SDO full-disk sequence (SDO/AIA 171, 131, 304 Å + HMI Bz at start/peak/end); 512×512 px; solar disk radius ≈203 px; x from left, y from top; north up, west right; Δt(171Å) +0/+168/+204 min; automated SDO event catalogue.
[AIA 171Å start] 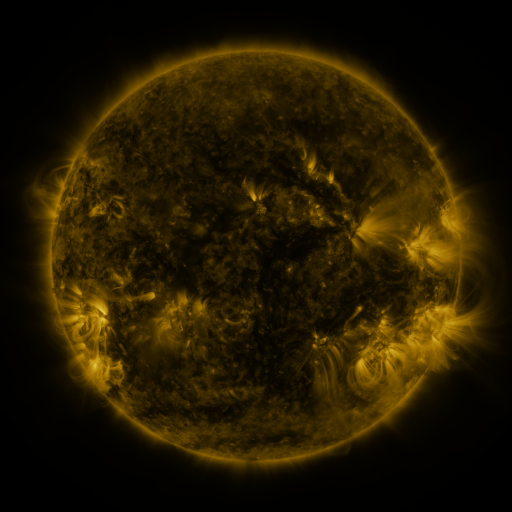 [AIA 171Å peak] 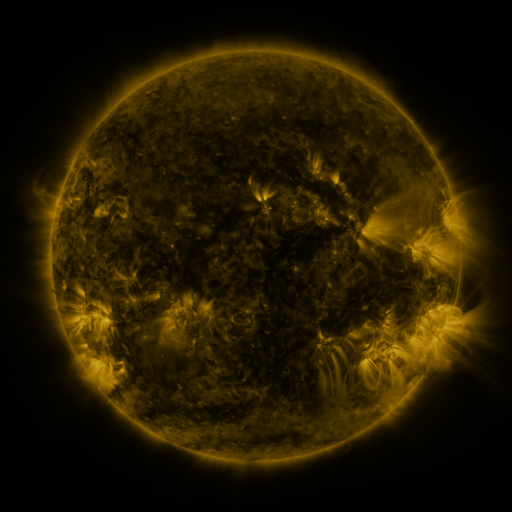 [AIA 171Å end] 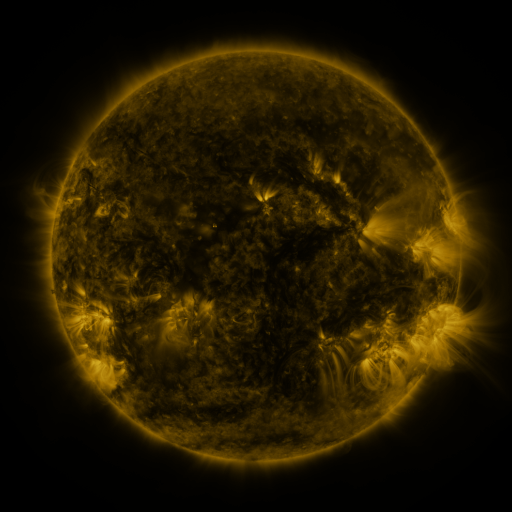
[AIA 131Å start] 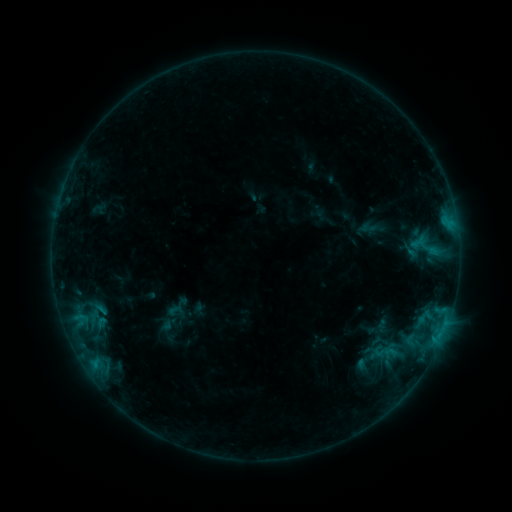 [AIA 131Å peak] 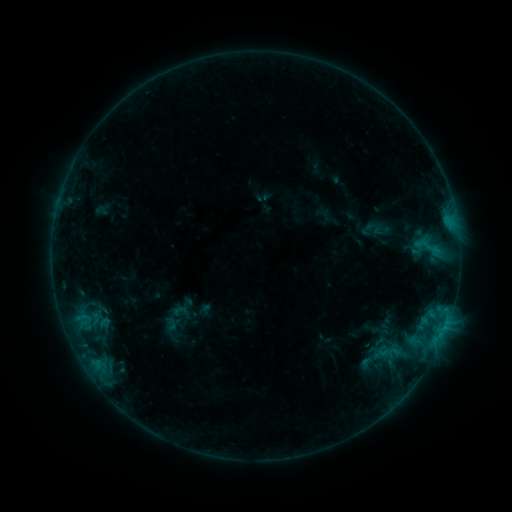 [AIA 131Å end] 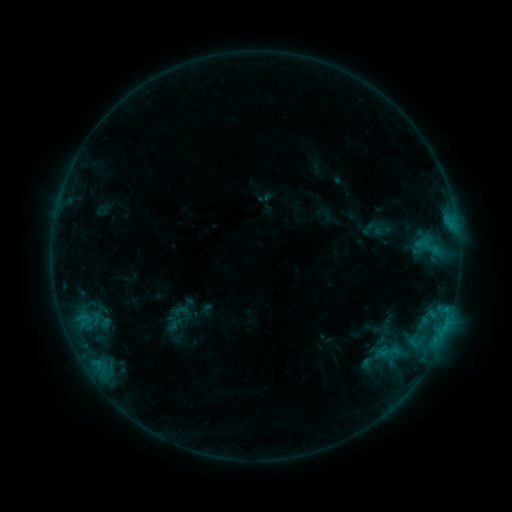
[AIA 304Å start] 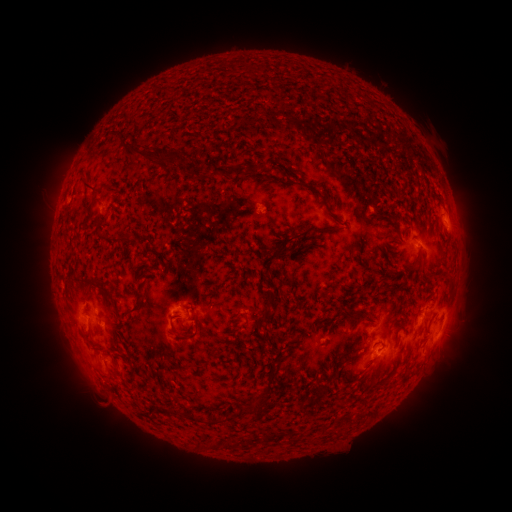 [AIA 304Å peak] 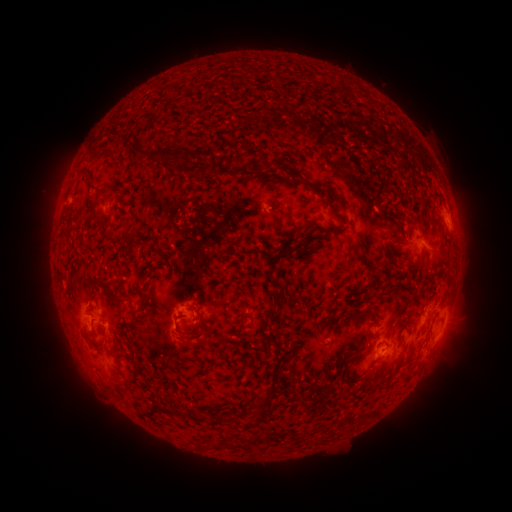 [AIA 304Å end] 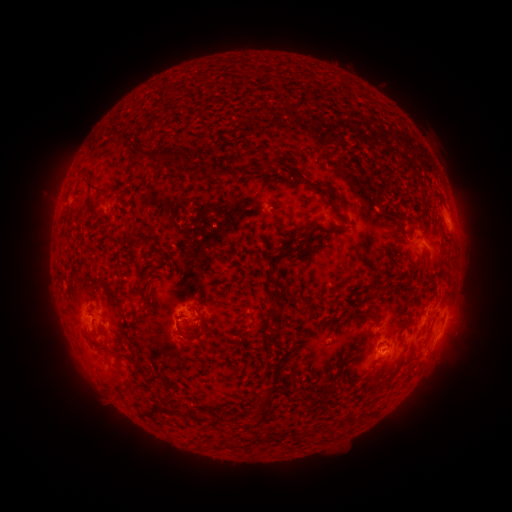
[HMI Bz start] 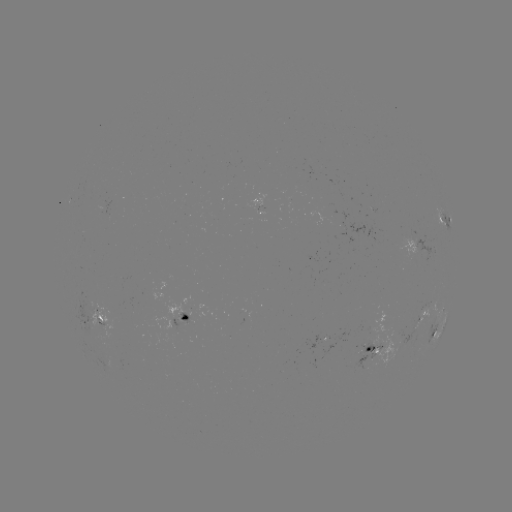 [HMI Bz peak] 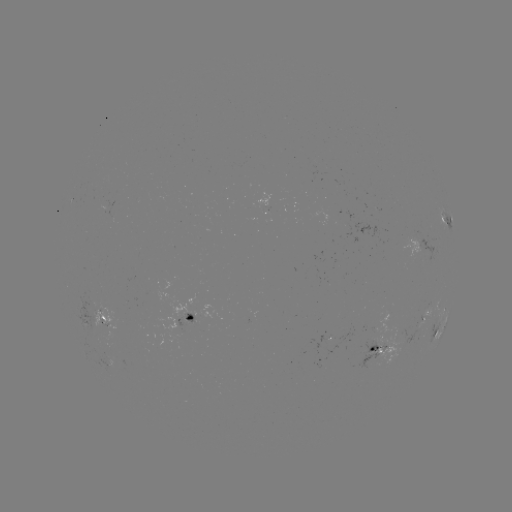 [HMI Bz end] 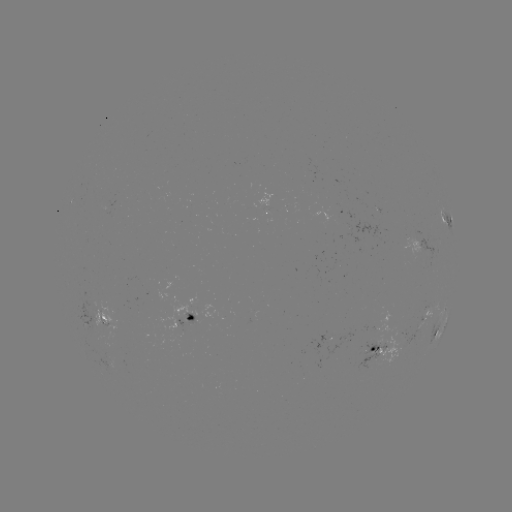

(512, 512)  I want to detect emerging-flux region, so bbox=[356, 338, 386, 368].